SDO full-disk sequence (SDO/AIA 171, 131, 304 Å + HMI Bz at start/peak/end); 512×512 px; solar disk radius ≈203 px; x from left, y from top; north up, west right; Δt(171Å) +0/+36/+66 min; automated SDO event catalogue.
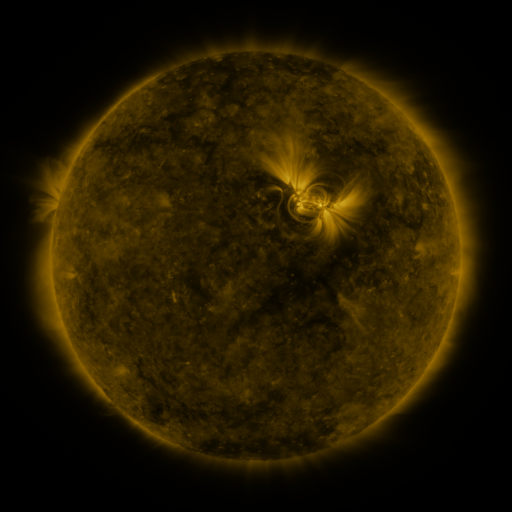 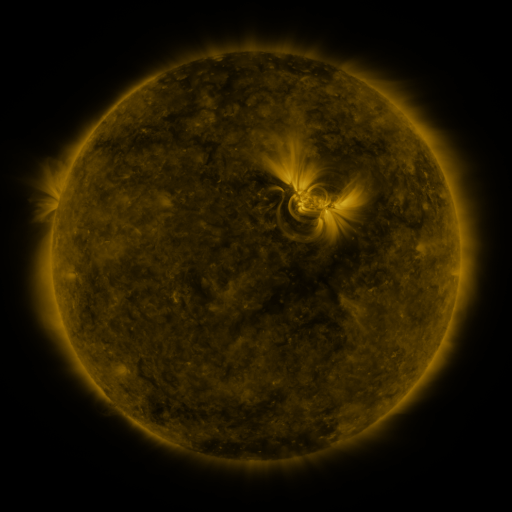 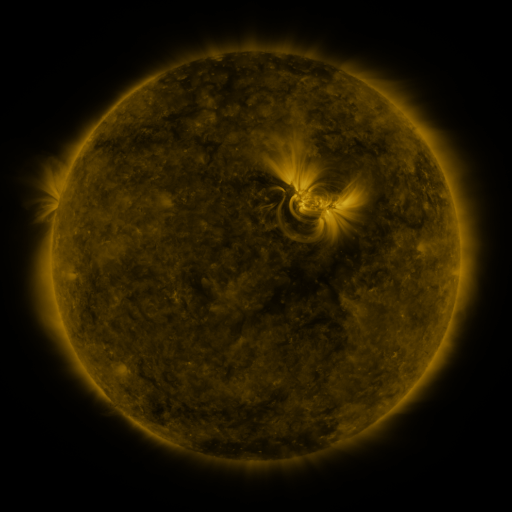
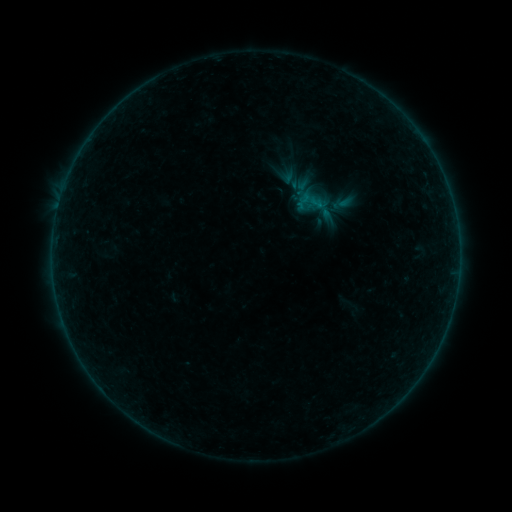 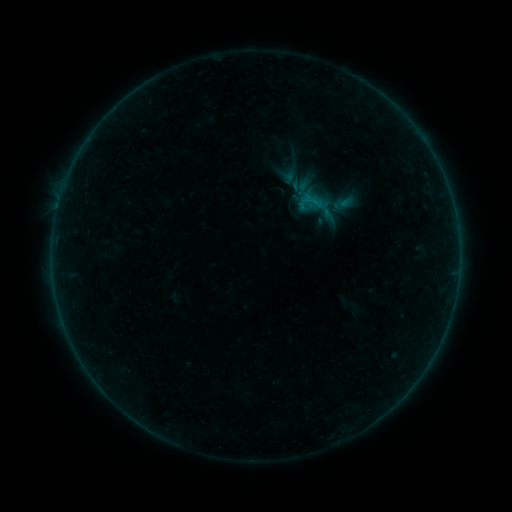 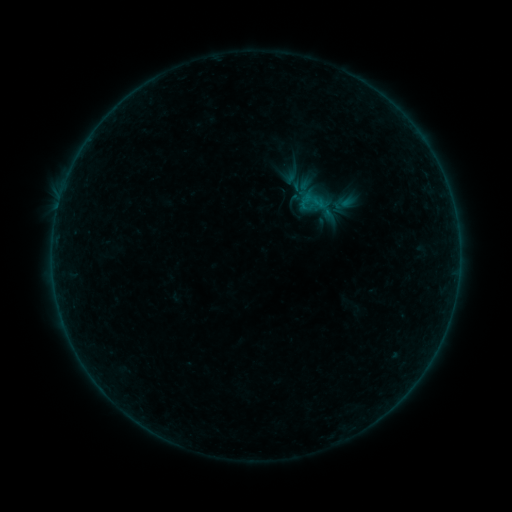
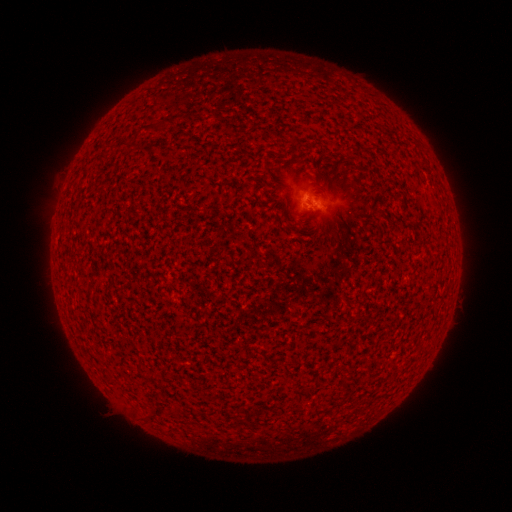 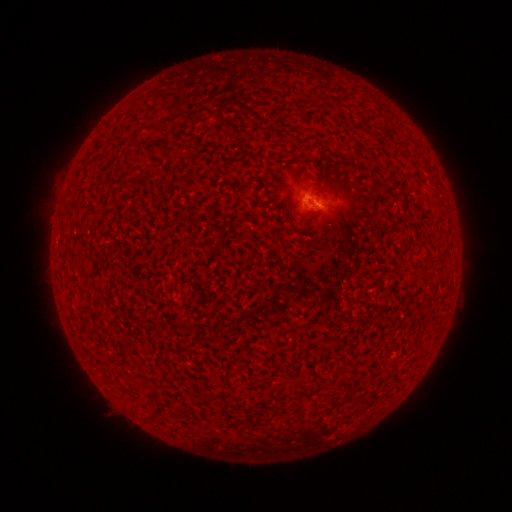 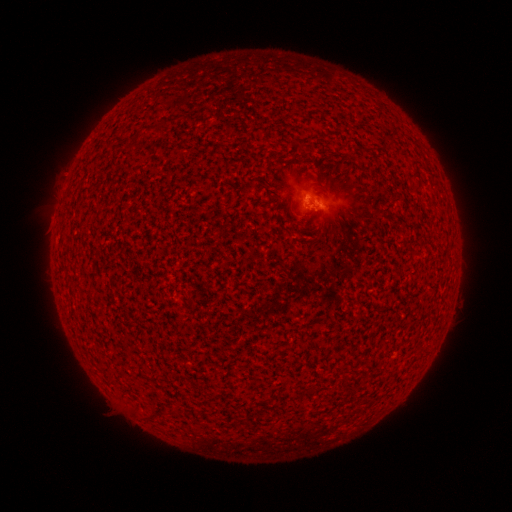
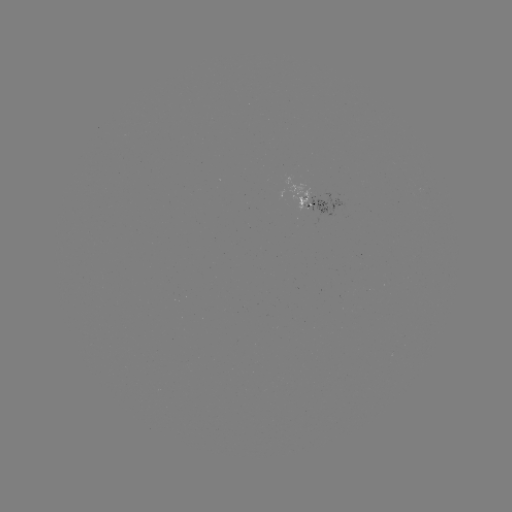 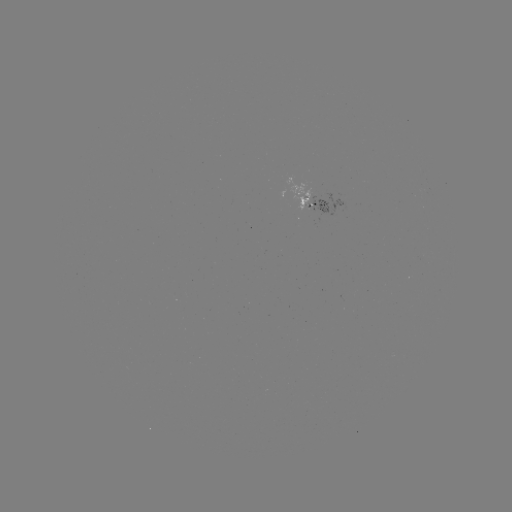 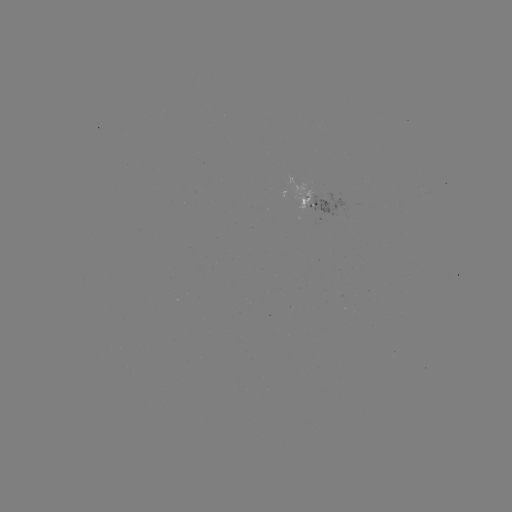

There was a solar flare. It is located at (313, 204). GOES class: B1.5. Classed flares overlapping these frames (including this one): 2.